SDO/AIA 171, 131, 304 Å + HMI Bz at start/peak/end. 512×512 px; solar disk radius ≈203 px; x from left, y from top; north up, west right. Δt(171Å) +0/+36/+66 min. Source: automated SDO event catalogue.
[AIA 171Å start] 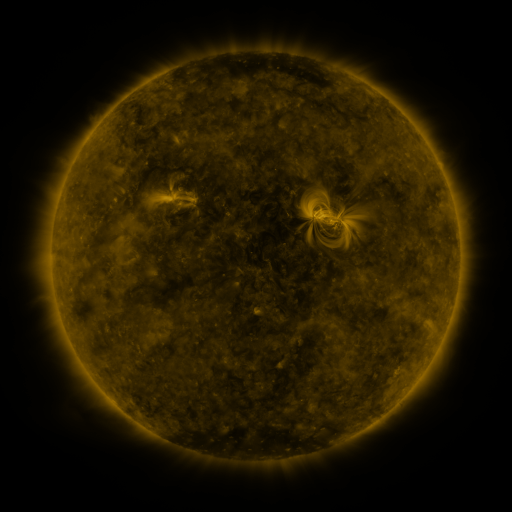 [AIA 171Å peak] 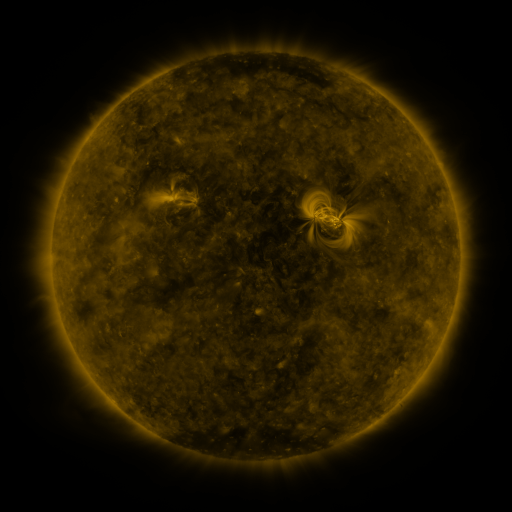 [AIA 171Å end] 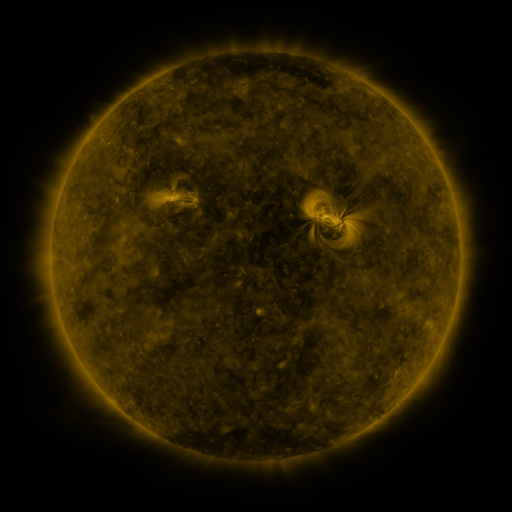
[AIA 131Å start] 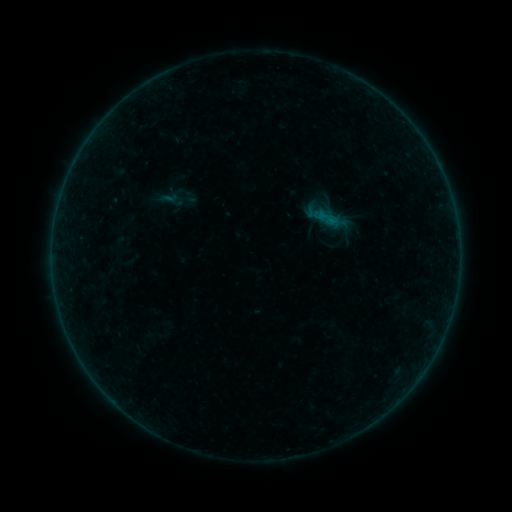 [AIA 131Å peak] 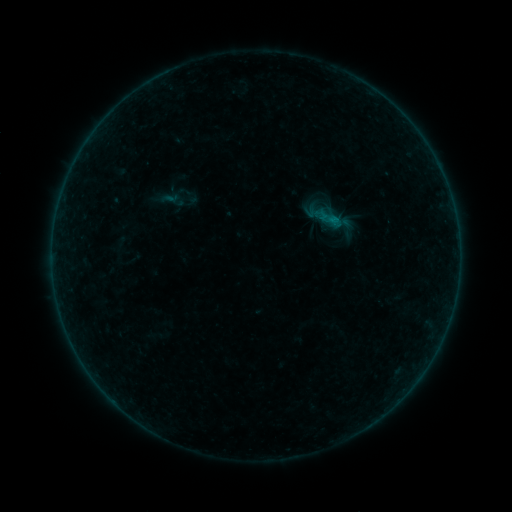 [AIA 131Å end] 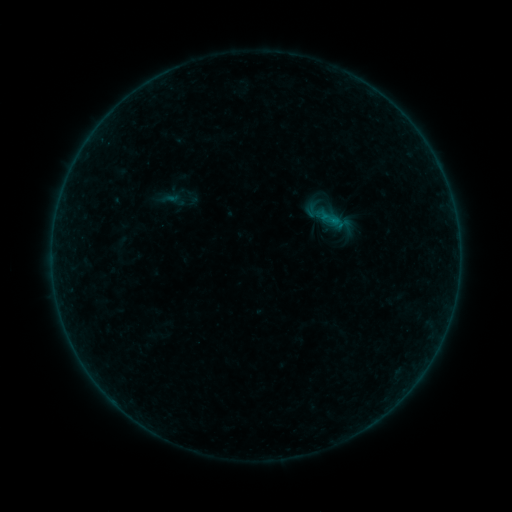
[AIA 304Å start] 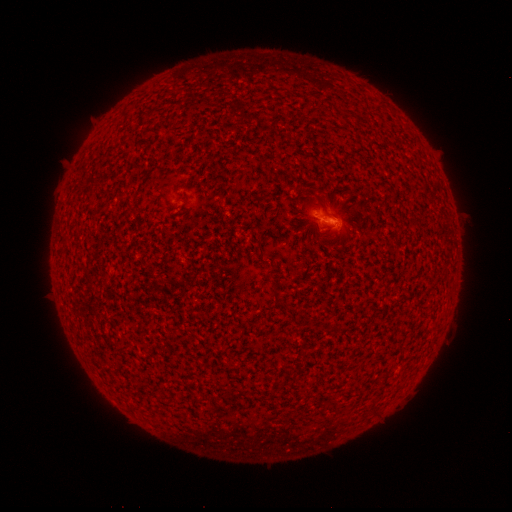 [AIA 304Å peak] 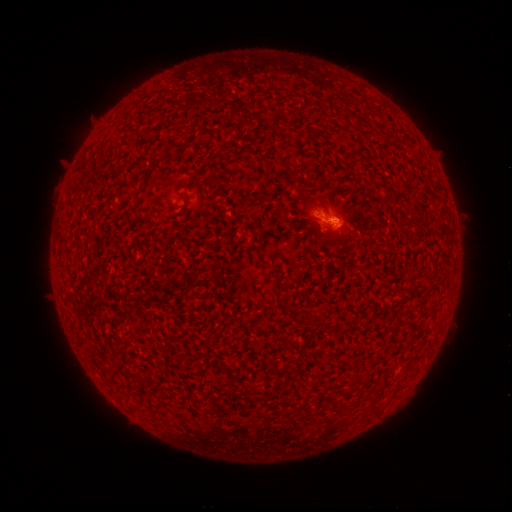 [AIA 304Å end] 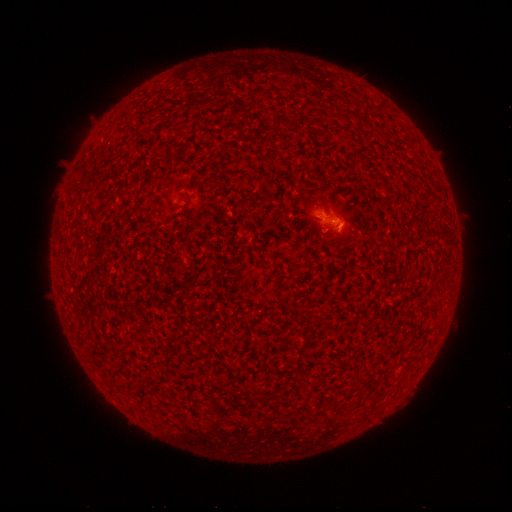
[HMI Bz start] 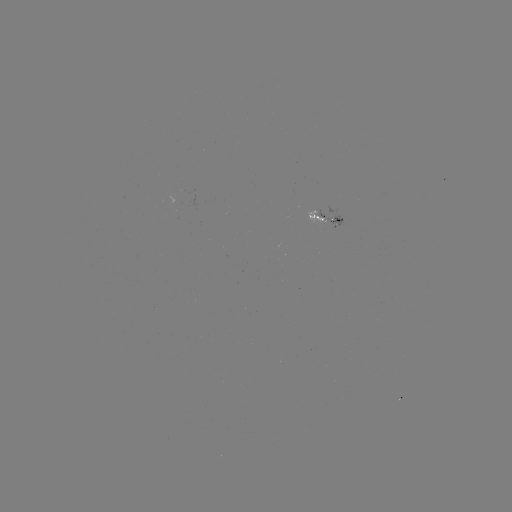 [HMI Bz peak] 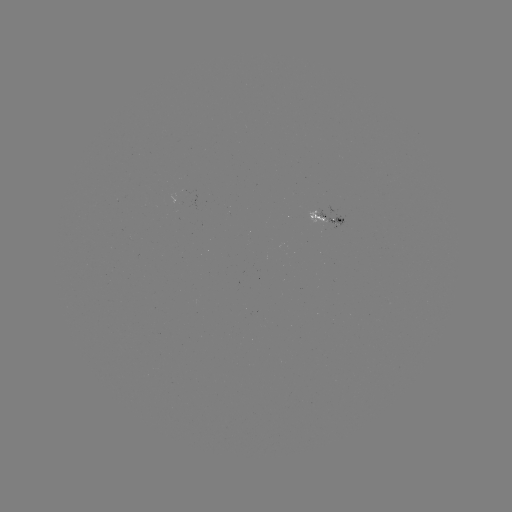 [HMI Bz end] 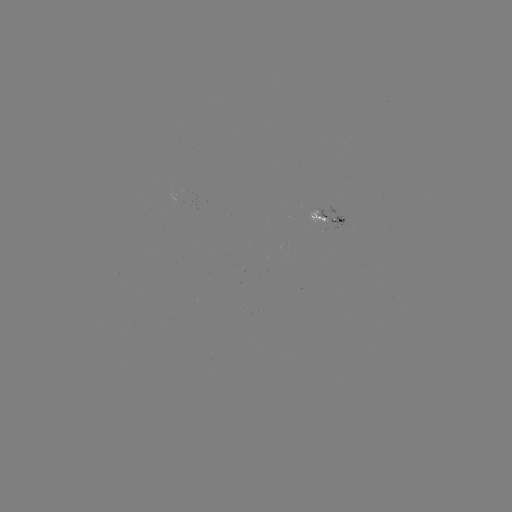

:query B1.7 flare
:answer (332, 220)